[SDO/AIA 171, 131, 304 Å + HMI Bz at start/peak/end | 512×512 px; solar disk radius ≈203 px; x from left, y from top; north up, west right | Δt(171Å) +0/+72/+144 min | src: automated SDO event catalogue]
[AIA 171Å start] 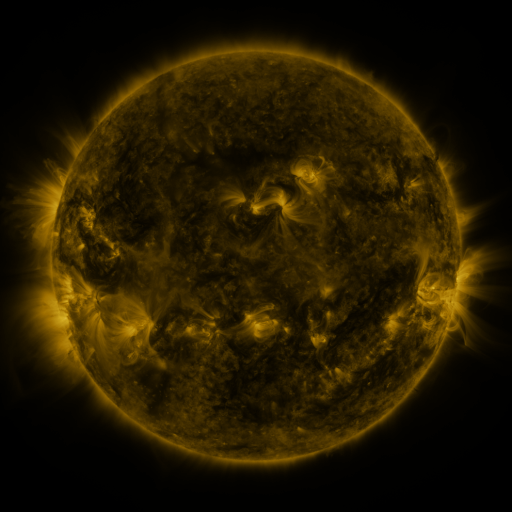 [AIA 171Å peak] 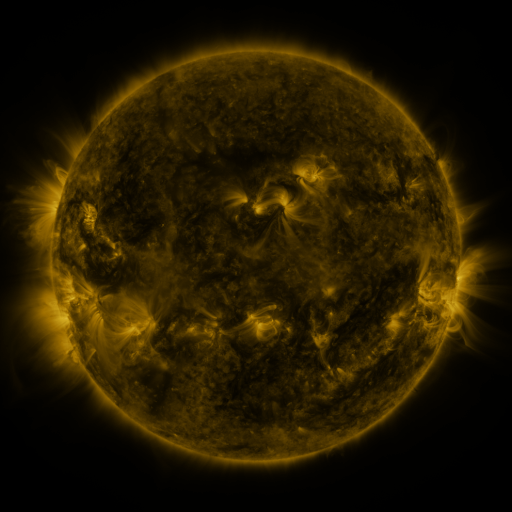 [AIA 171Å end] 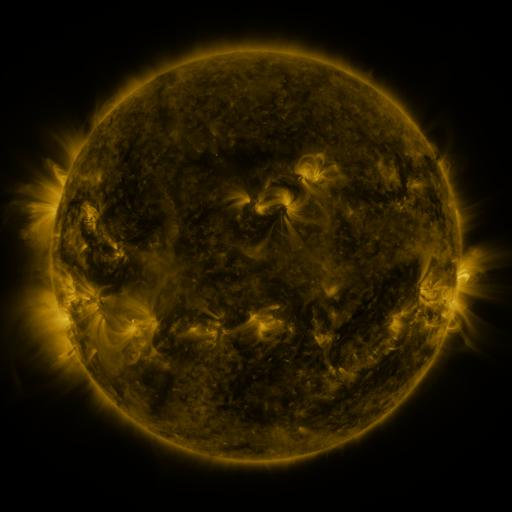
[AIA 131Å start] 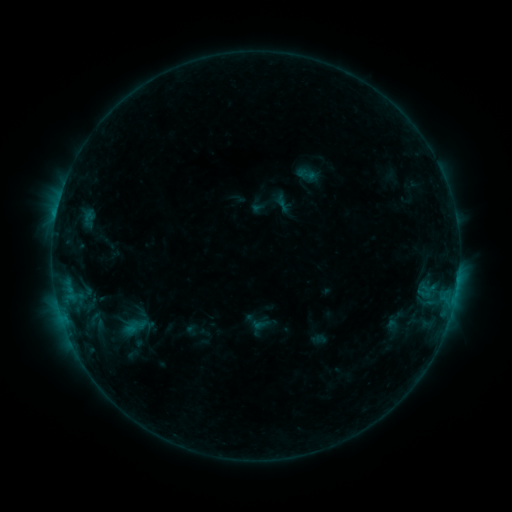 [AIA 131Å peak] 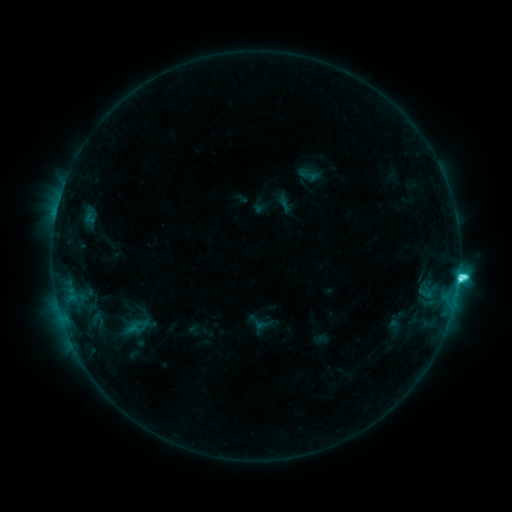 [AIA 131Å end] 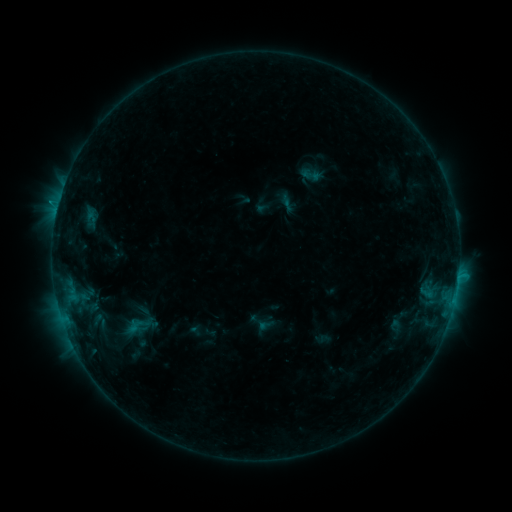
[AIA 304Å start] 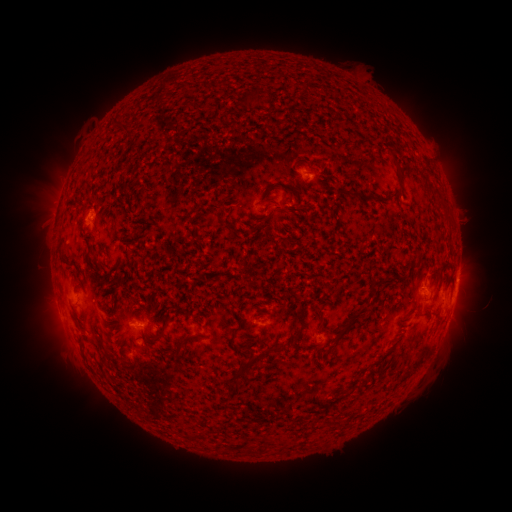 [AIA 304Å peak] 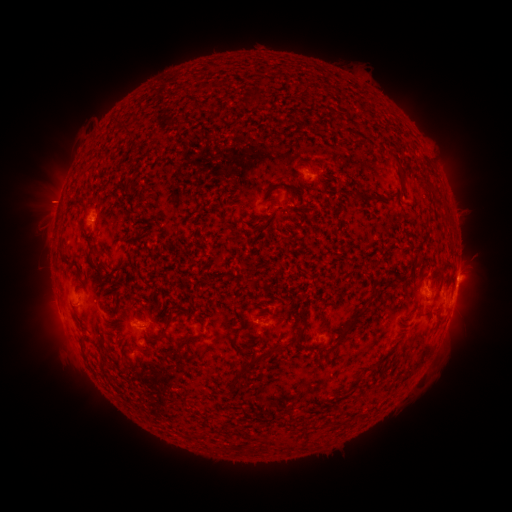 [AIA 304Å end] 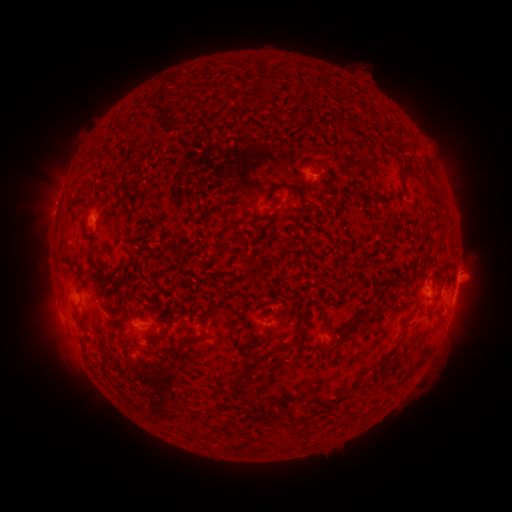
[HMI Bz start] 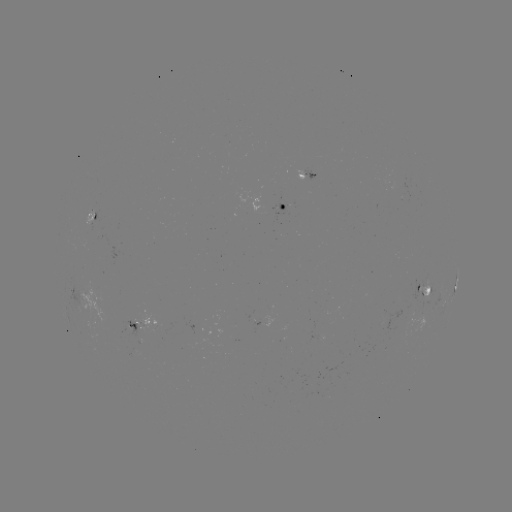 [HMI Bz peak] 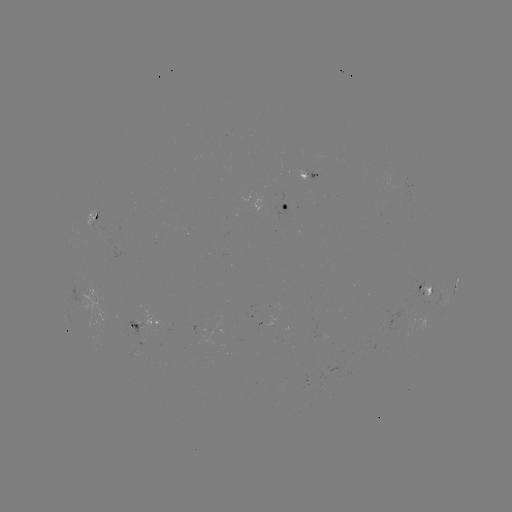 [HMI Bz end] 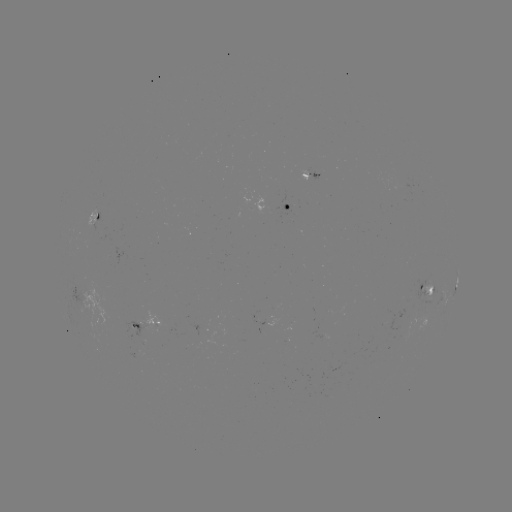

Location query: filament eruption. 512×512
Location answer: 484,211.